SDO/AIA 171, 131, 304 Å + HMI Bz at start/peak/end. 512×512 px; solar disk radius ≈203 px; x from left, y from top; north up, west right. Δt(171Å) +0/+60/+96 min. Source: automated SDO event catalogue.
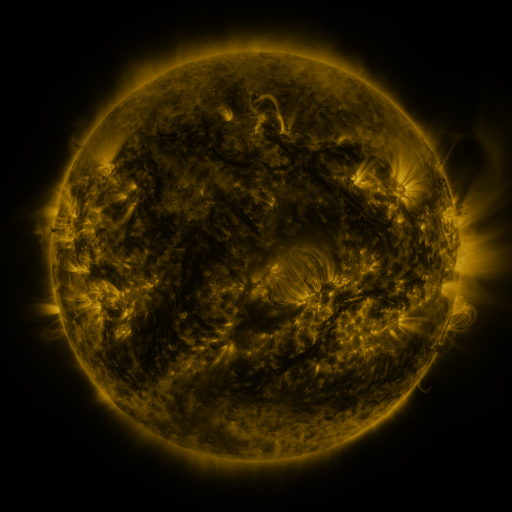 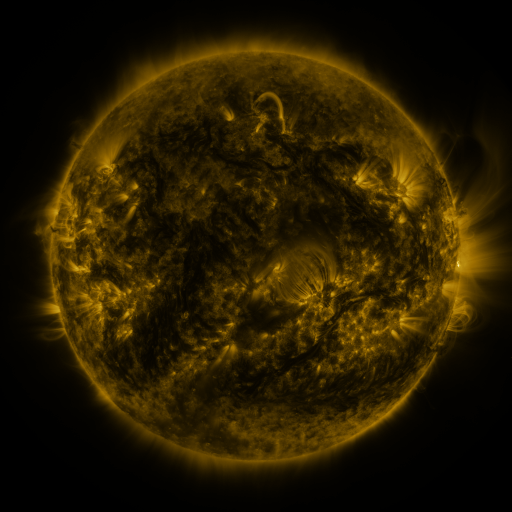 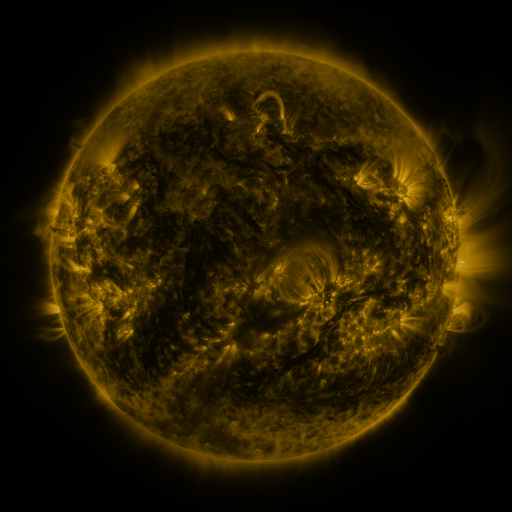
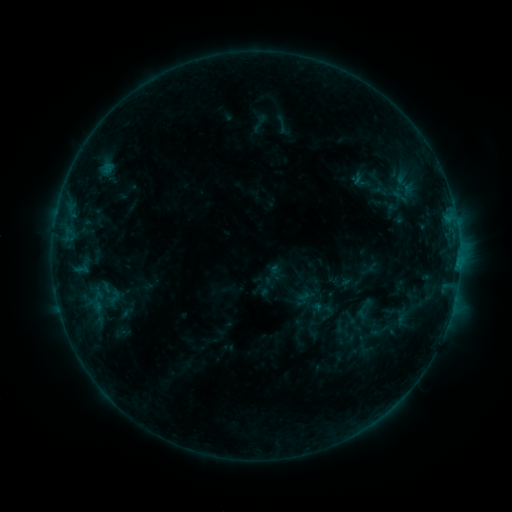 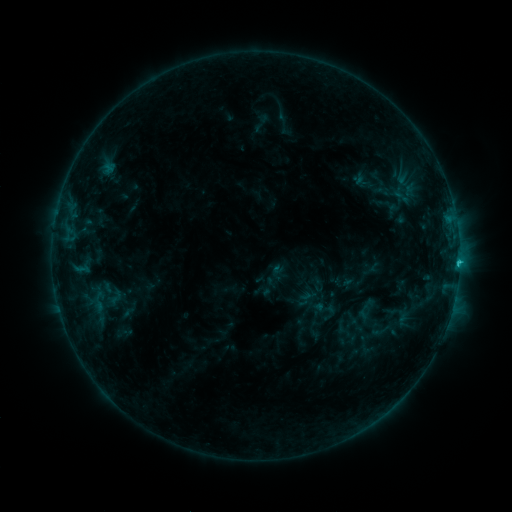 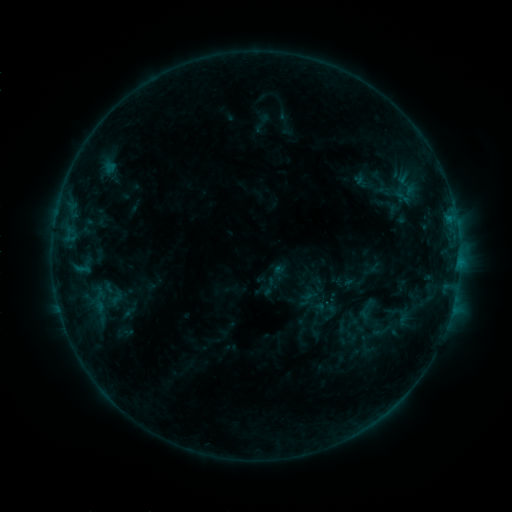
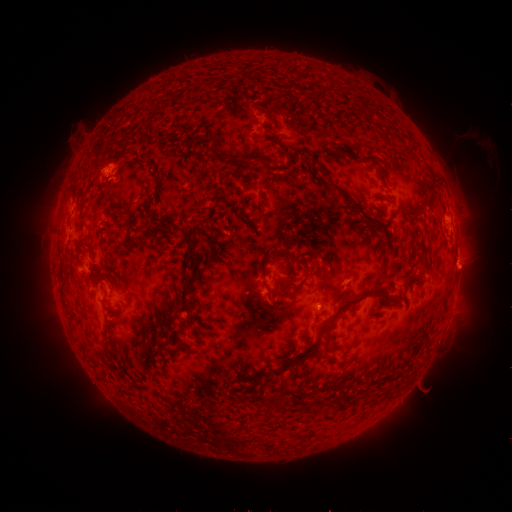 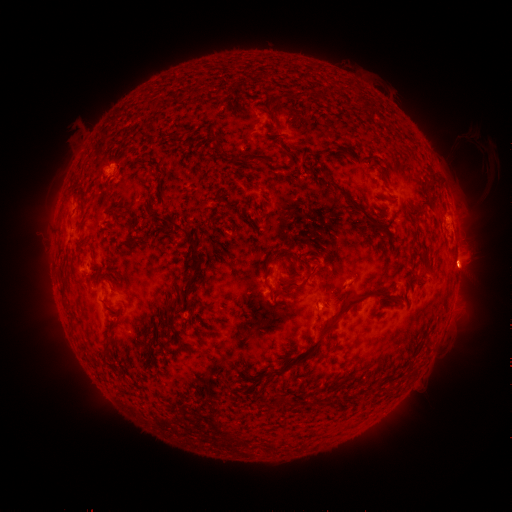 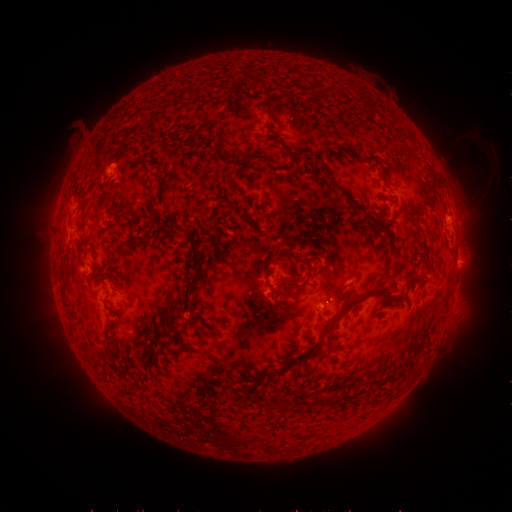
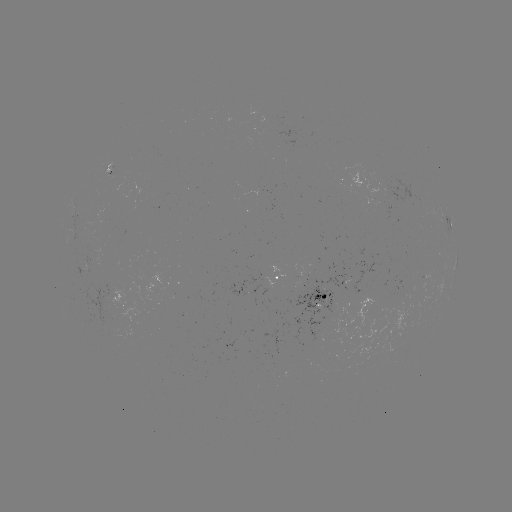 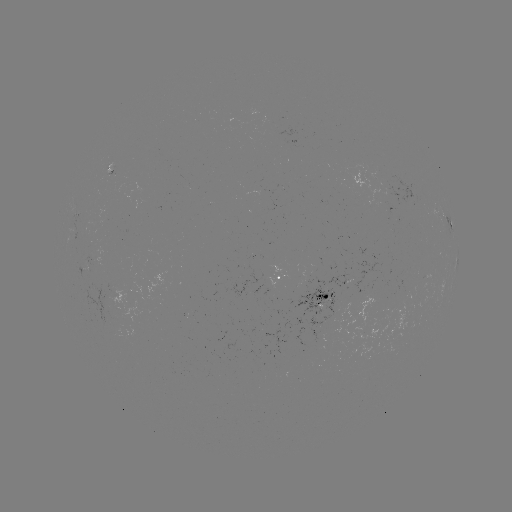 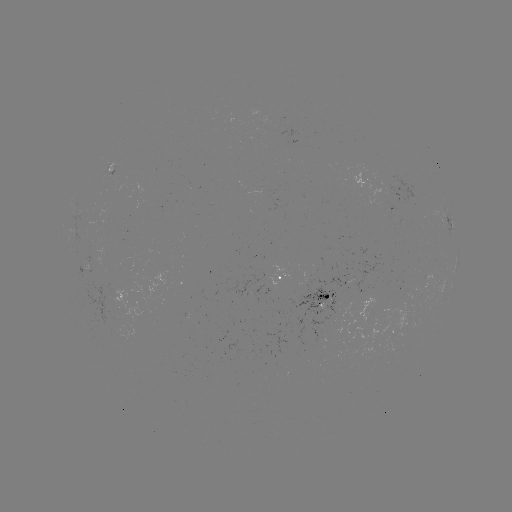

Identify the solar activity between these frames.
emerging-flux region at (348, 273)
